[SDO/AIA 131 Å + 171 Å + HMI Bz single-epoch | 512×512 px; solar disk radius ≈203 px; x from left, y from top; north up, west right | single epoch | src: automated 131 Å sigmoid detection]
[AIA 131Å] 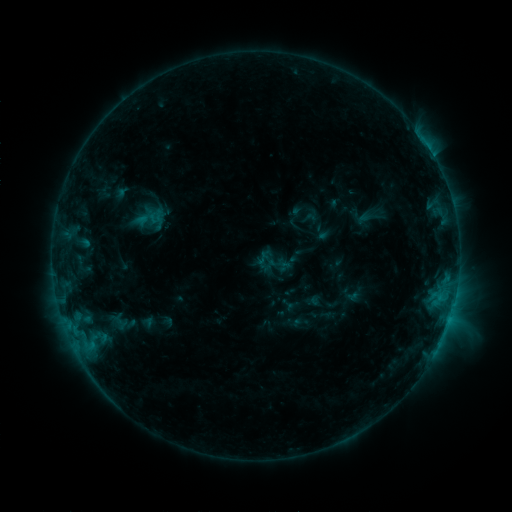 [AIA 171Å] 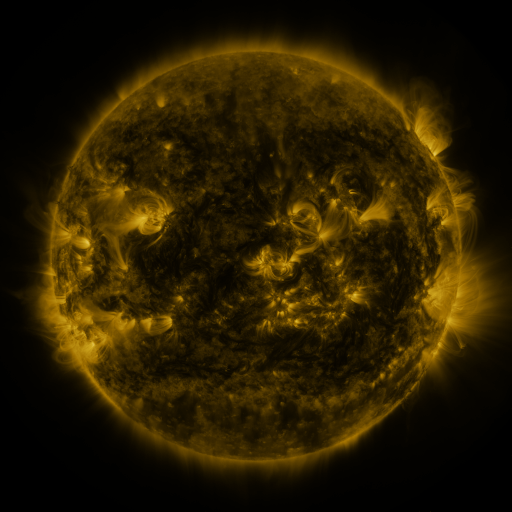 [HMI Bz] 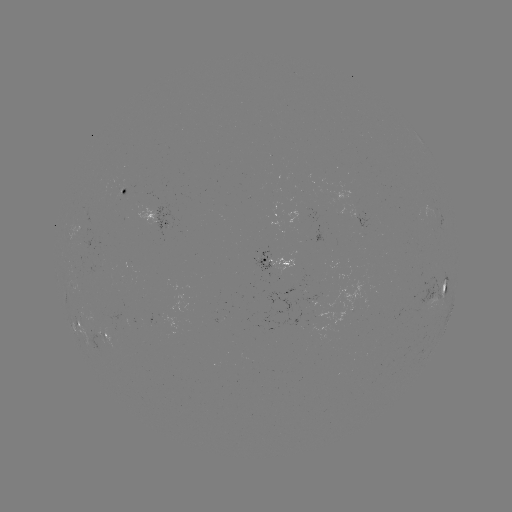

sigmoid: [252, 242, 292, 282]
